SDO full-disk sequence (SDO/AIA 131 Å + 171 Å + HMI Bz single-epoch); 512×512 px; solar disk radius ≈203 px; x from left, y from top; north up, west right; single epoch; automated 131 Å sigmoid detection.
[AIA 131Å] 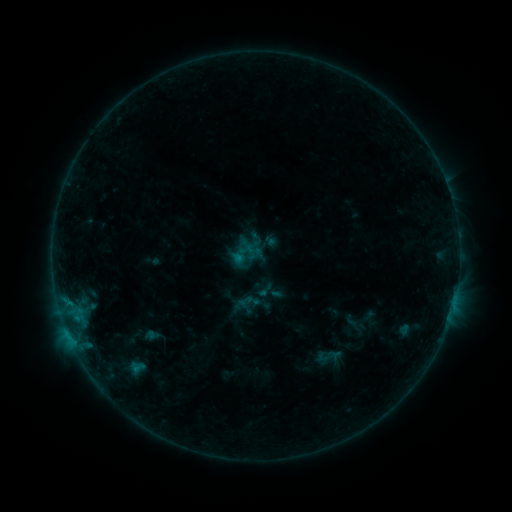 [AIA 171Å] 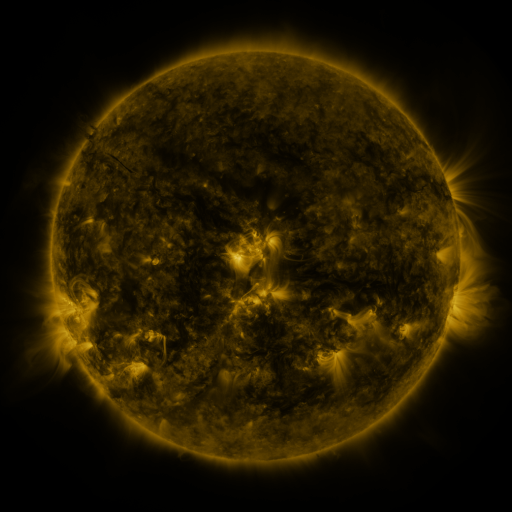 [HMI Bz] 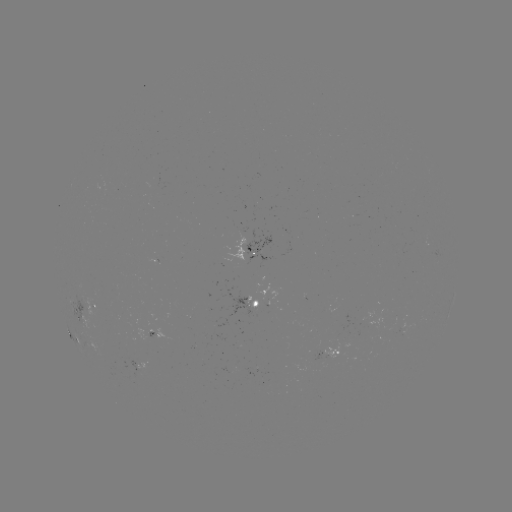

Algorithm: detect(sigmoid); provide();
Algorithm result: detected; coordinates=(328, 357)